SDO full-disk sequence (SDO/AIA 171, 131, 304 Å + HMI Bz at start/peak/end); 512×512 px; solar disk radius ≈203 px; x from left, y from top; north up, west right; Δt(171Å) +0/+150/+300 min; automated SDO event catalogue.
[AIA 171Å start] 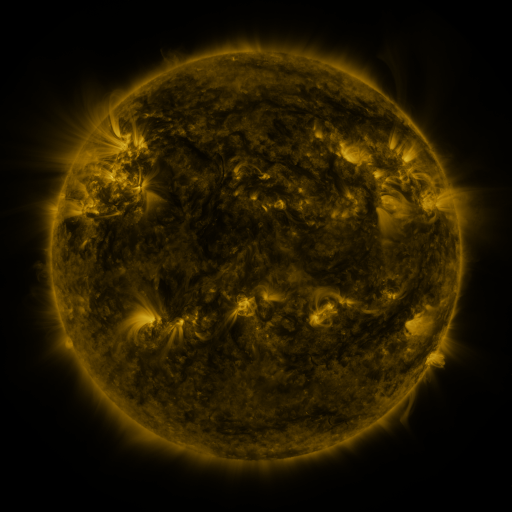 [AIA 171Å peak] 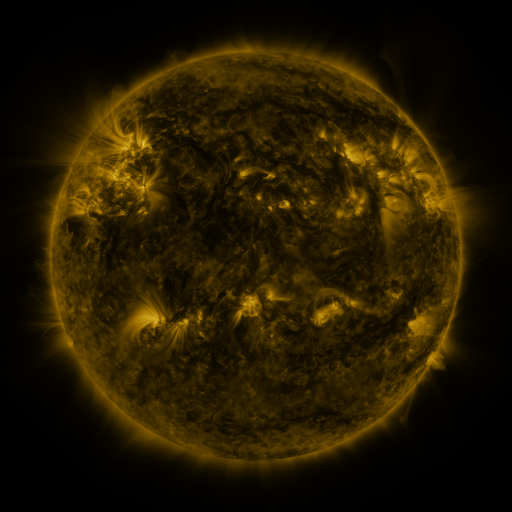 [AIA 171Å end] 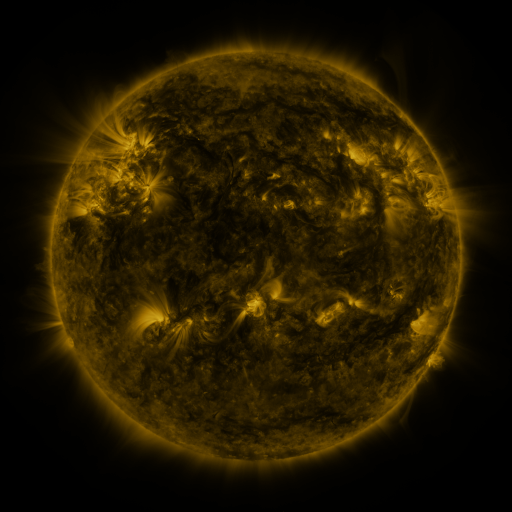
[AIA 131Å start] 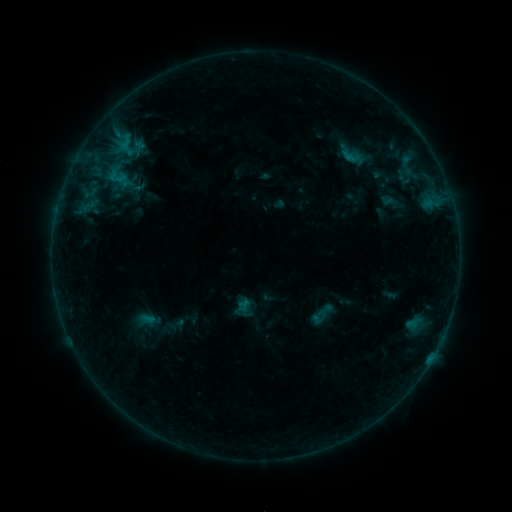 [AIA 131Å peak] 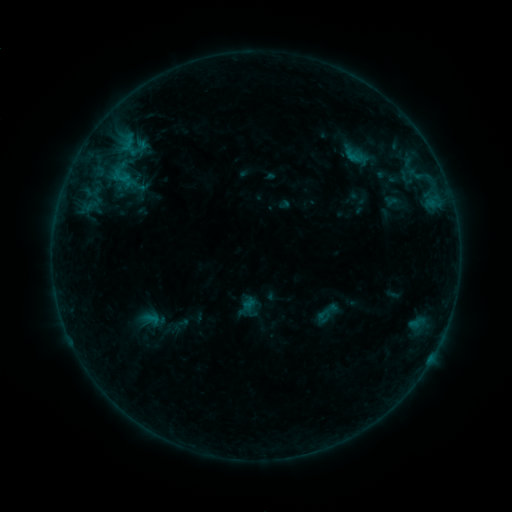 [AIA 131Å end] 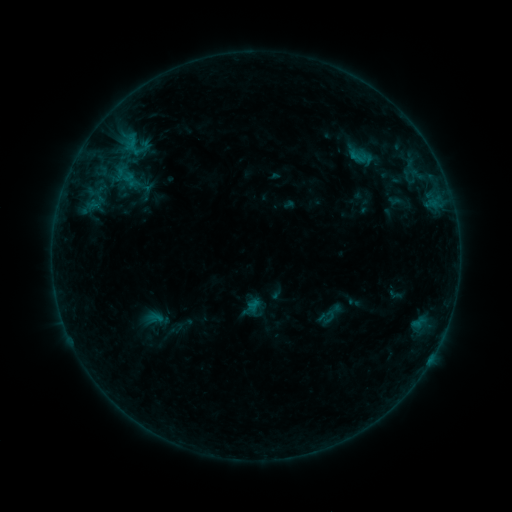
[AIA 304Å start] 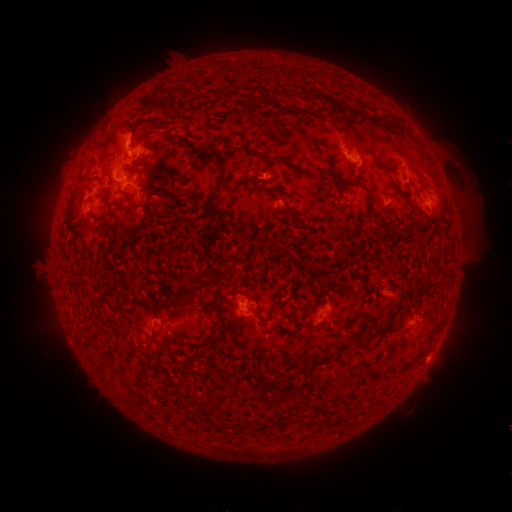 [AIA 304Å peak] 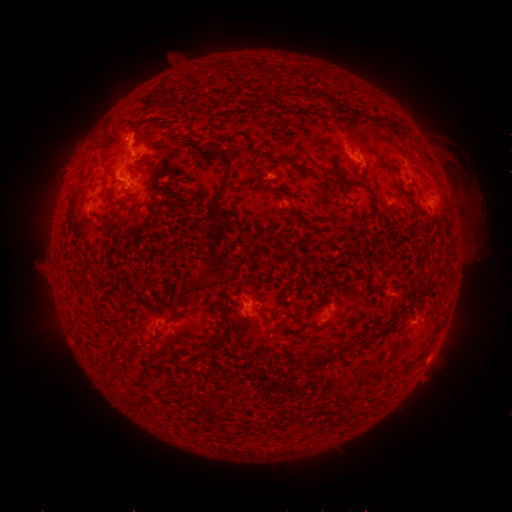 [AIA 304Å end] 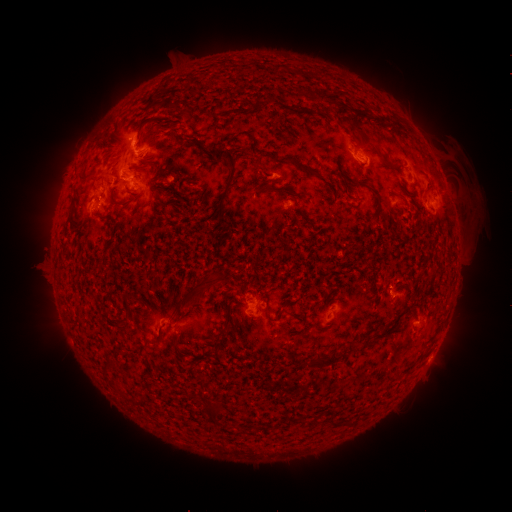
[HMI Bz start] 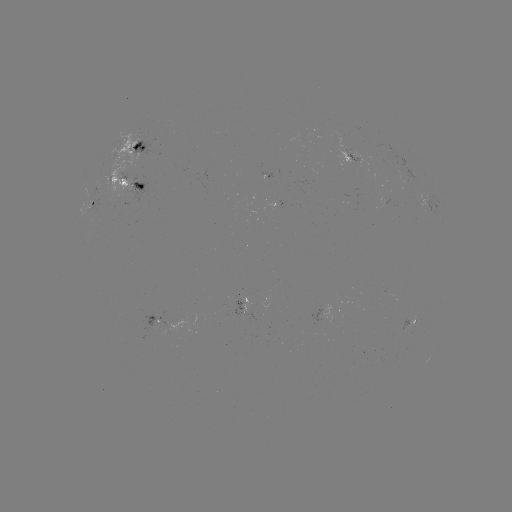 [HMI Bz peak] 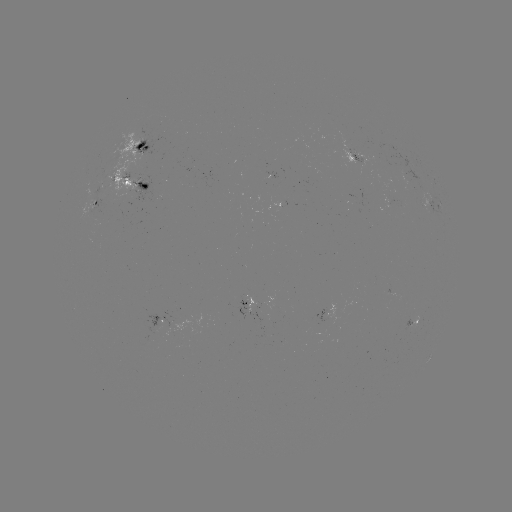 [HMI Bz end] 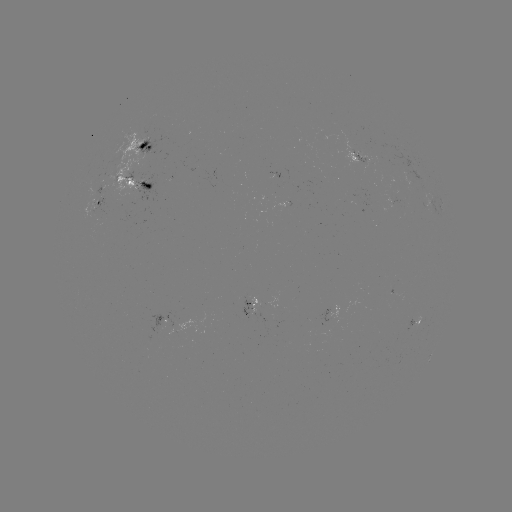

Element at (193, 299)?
filament eruption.